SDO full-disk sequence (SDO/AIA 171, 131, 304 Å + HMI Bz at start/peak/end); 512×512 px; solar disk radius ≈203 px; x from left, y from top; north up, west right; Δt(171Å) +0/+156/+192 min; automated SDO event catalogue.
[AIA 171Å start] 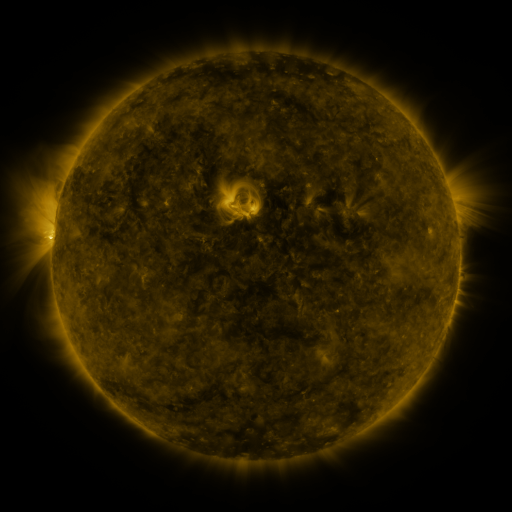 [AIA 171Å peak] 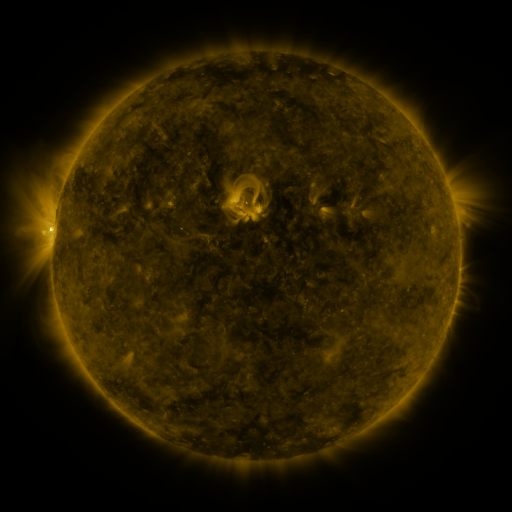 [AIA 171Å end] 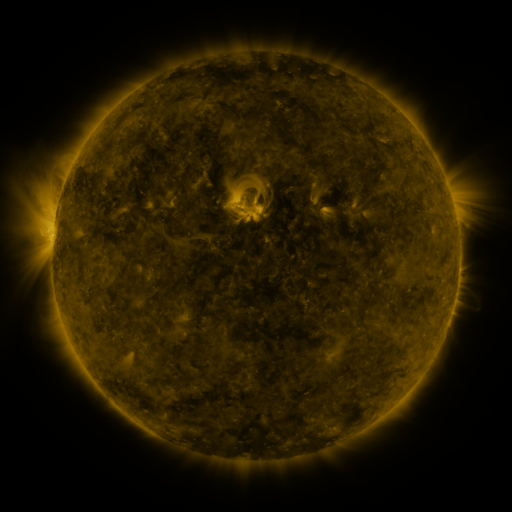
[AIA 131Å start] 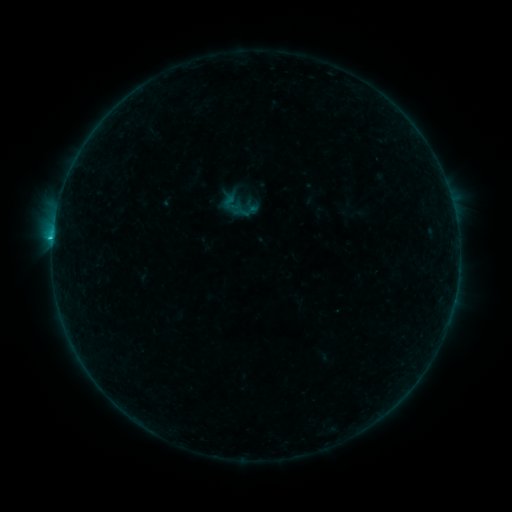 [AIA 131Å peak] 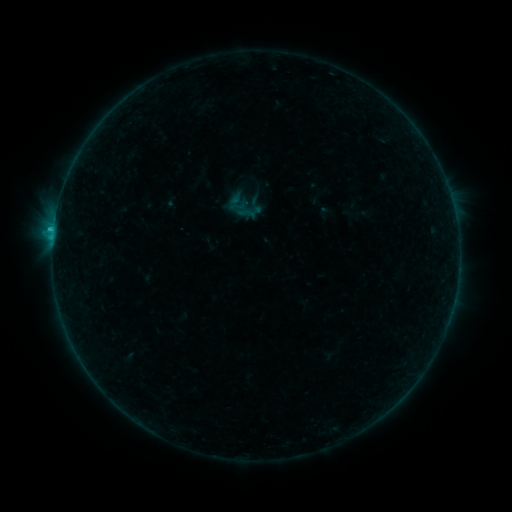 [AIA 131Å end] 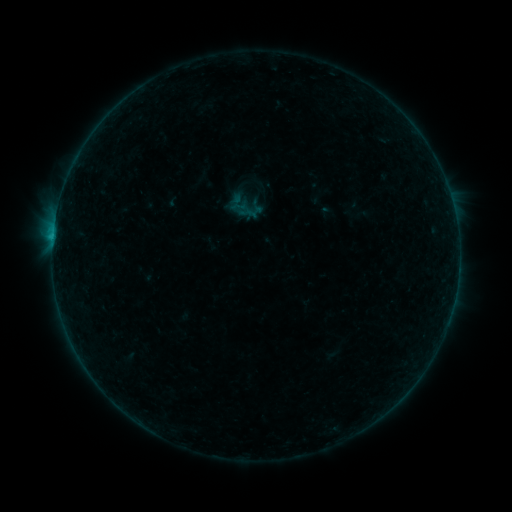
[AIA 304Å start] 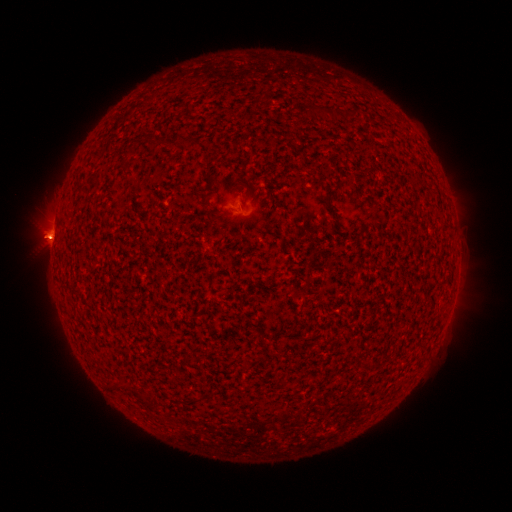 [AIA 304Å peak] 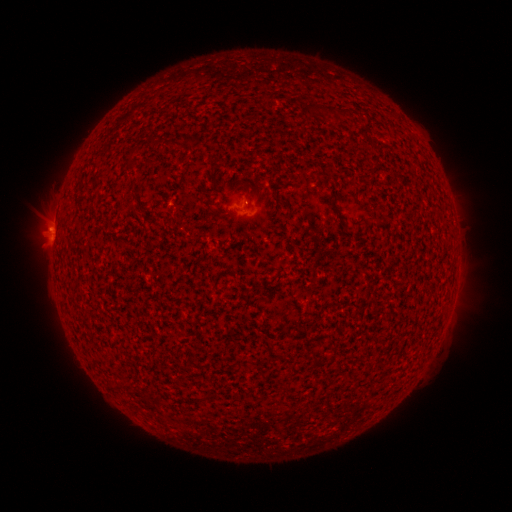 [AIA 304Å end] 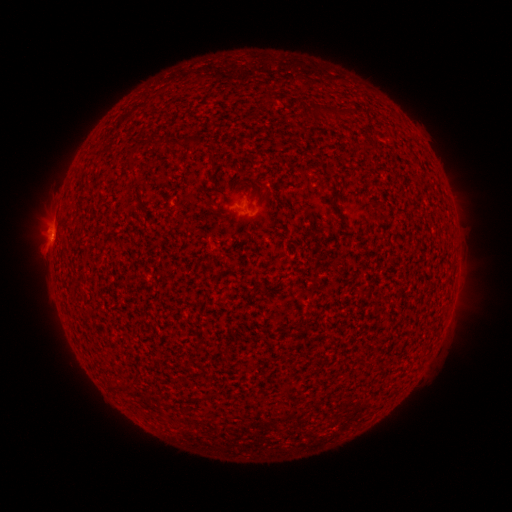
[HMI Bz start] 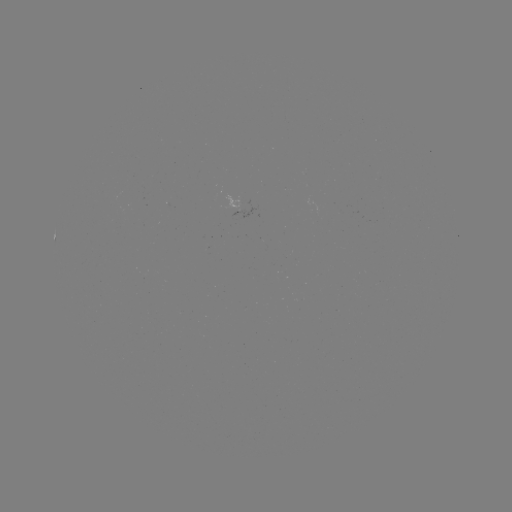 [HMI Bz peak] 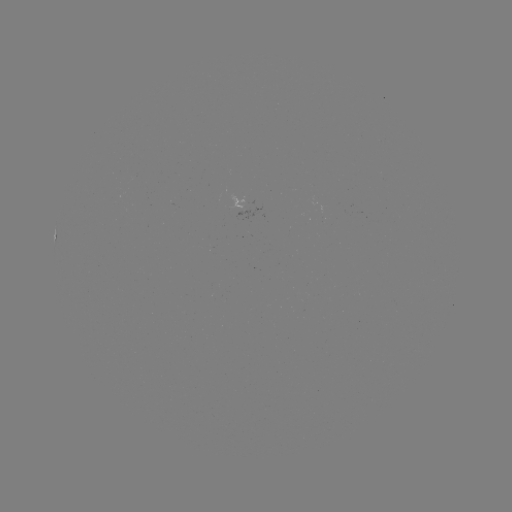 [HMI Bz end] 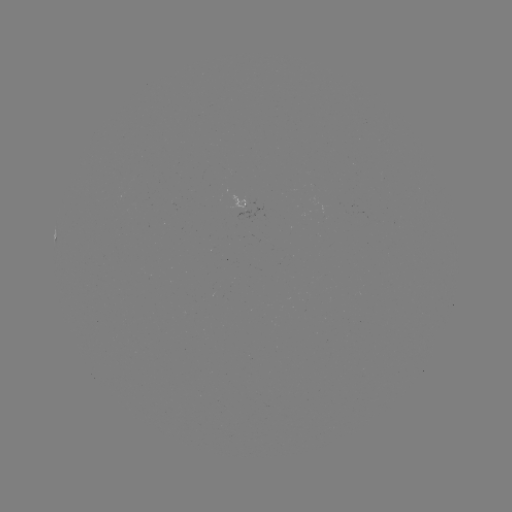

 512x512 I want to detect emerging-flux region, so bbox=[226, 194, 244, 210].